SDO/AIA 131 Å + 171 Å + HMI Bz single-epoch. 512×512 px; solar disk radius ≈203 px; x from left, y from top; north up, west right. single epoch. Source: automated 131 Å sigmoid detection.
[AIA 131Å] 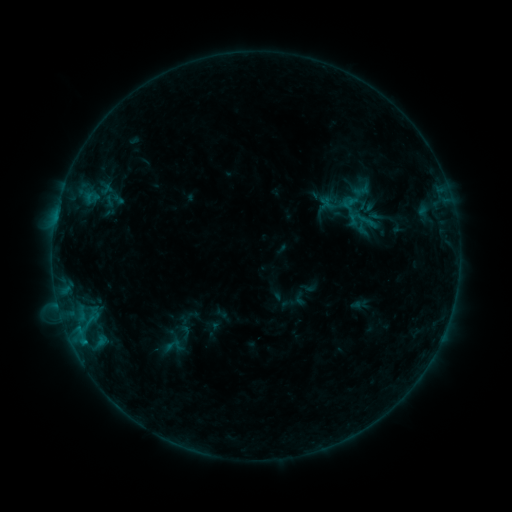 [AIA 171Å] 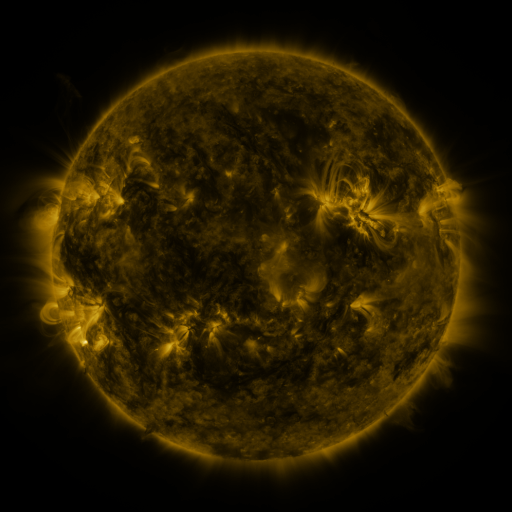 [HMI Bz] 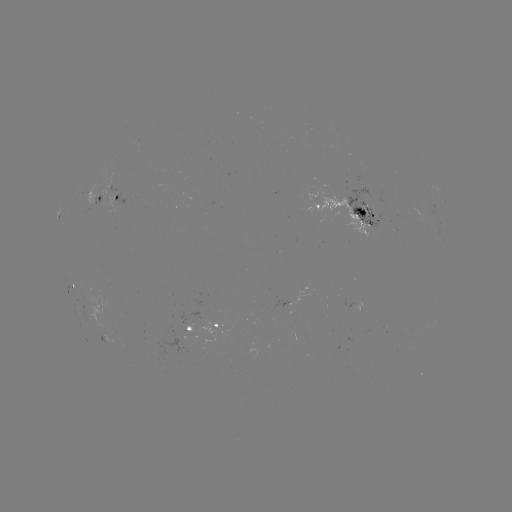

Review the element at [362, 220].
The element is sigmoid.